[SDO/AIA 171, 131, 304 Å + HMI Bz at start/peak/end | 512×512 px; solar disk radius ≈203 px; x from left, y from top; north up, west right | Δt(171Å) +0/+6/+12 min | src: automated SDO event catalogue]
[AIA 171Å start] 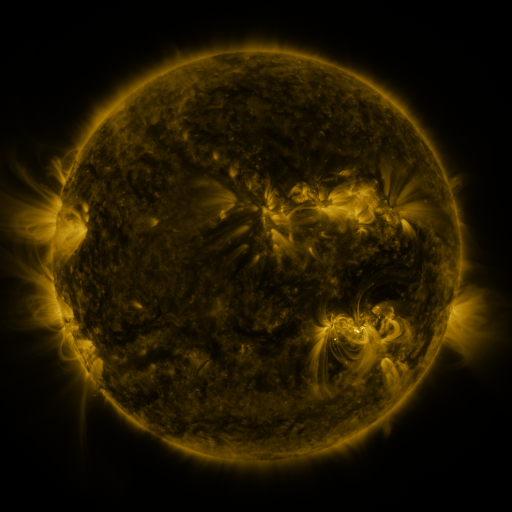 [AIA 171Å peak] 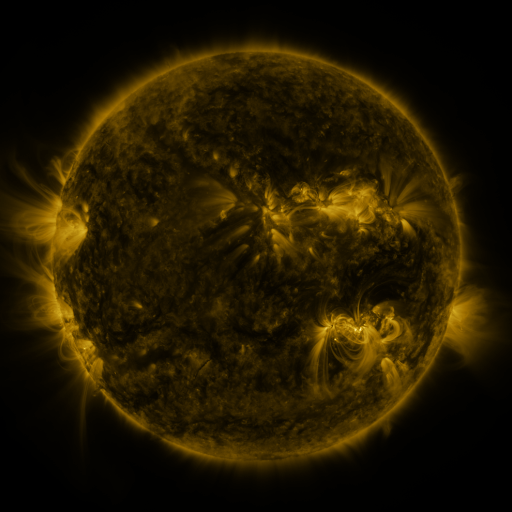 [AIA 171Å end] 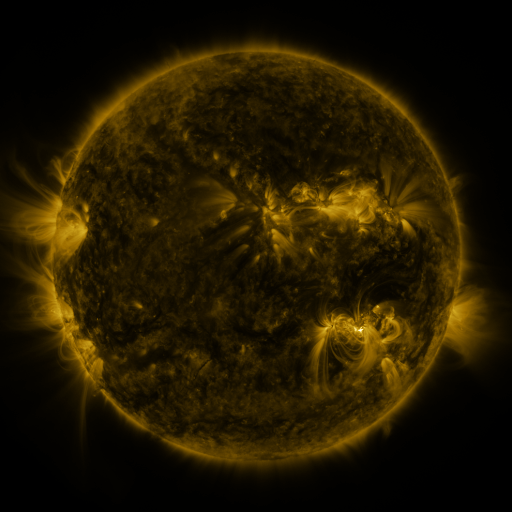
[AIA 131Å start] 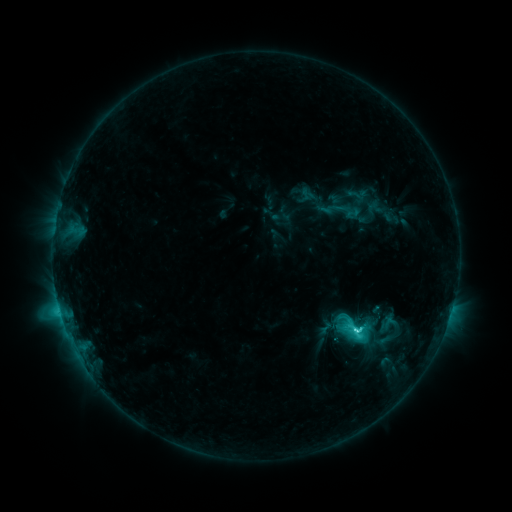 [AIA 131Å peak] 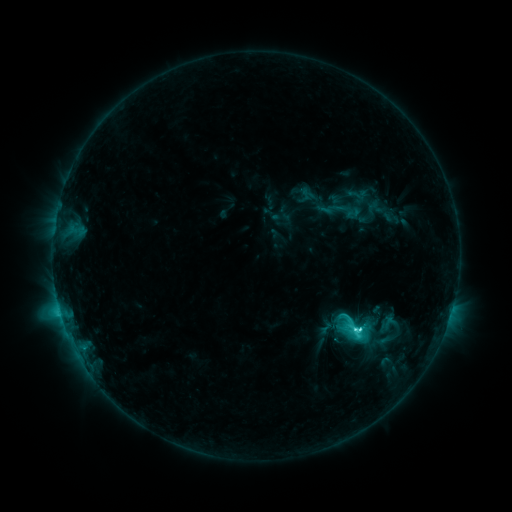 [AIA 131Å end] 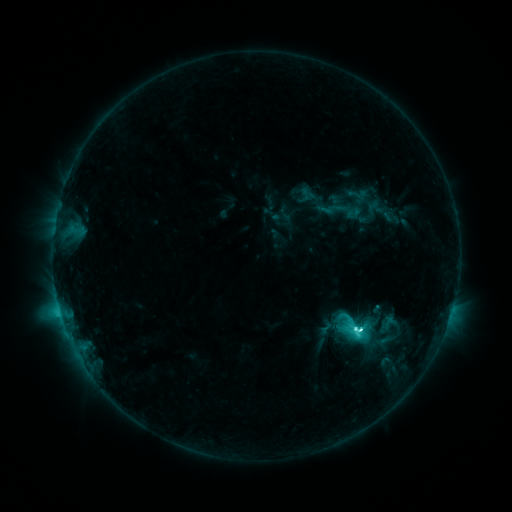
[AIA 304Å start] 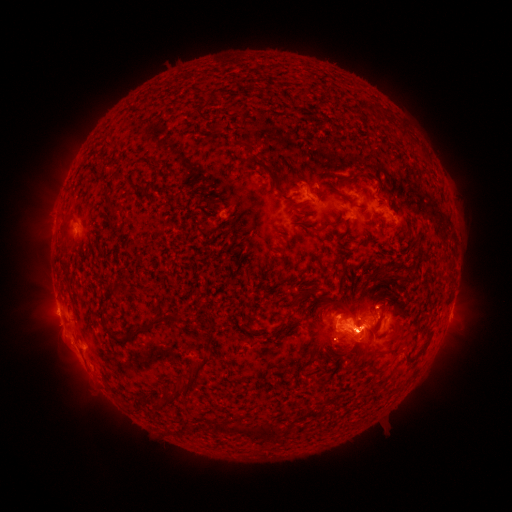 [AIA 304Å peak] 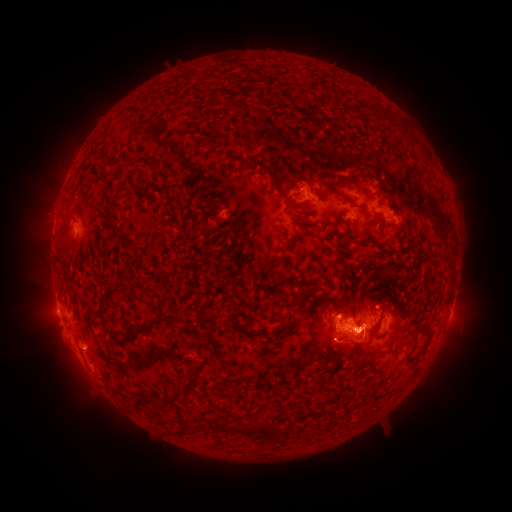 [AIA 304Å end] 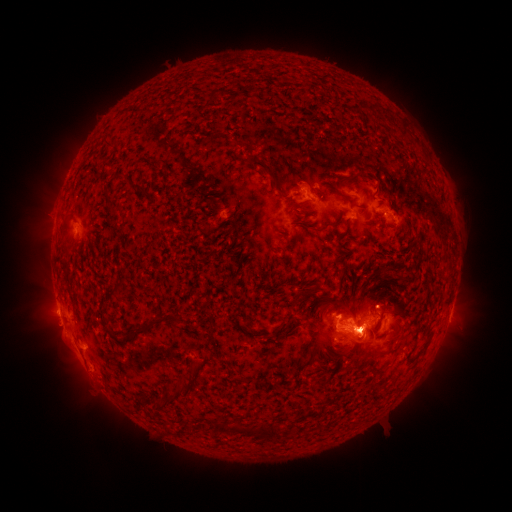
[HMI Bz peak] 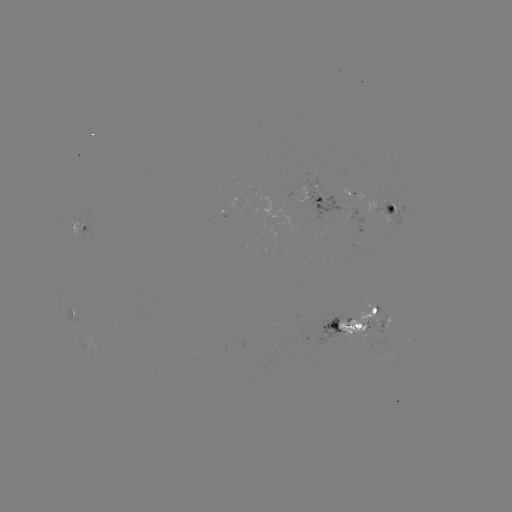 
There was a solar eruption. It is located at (365, 344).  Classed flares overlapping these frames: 1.